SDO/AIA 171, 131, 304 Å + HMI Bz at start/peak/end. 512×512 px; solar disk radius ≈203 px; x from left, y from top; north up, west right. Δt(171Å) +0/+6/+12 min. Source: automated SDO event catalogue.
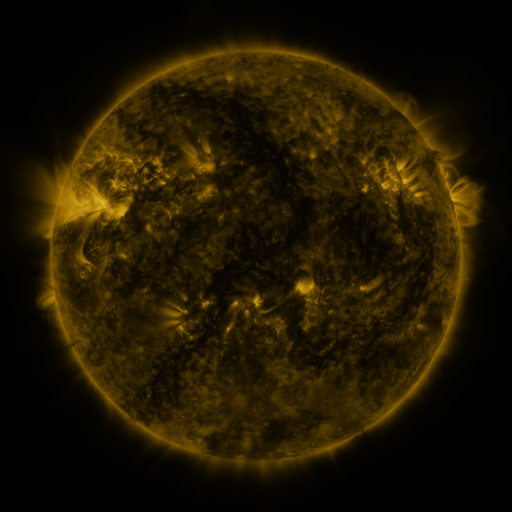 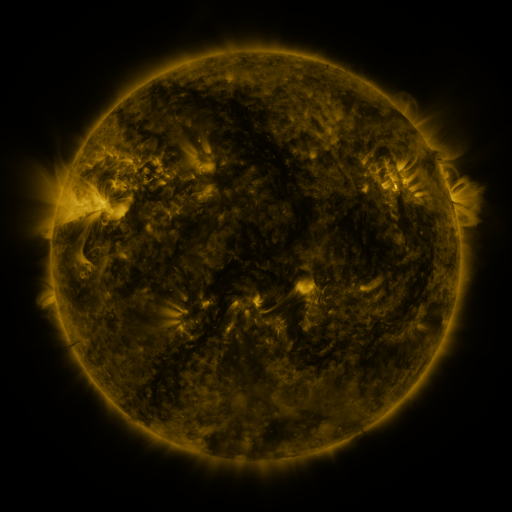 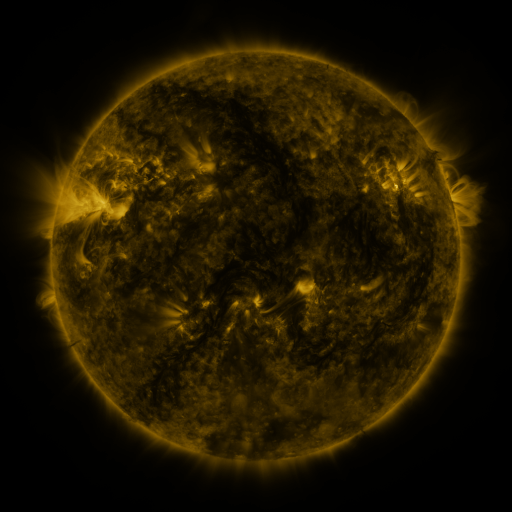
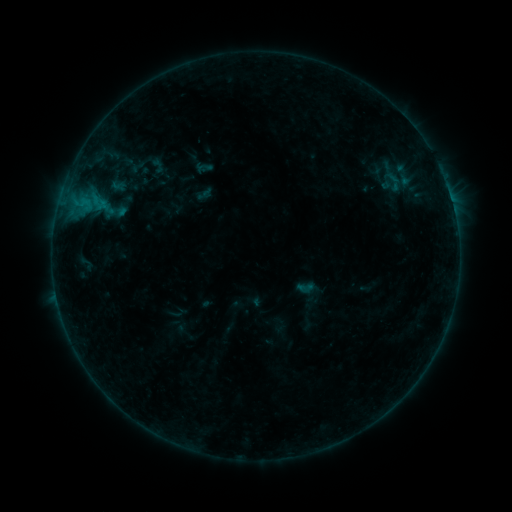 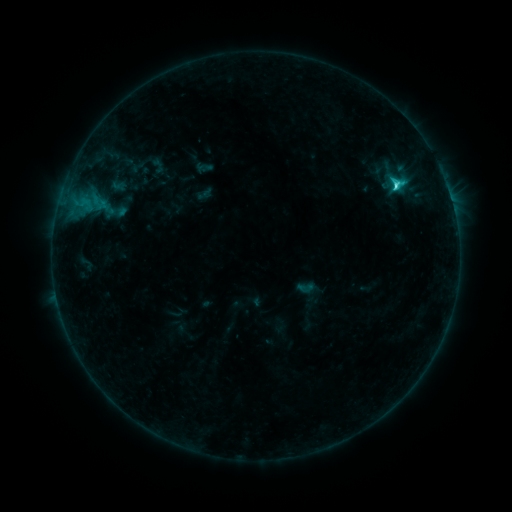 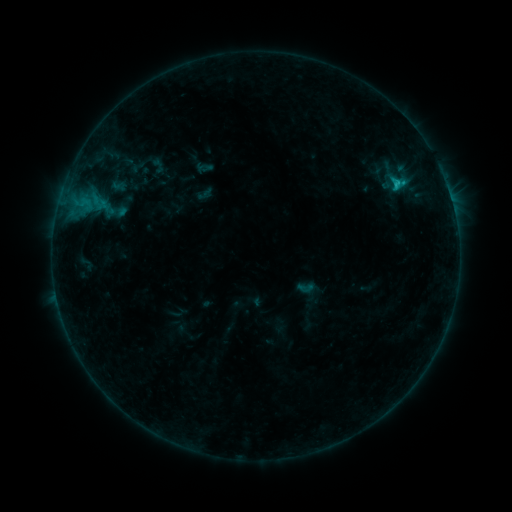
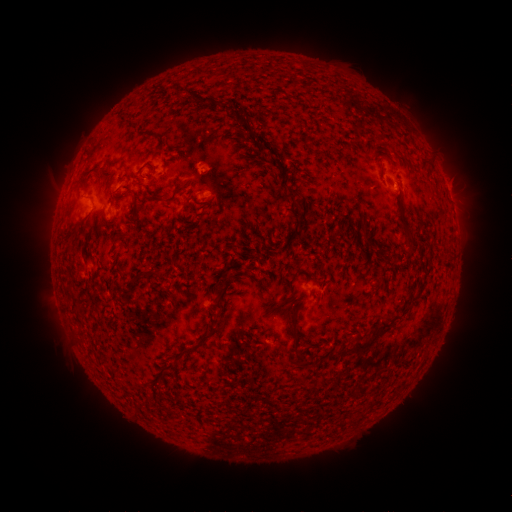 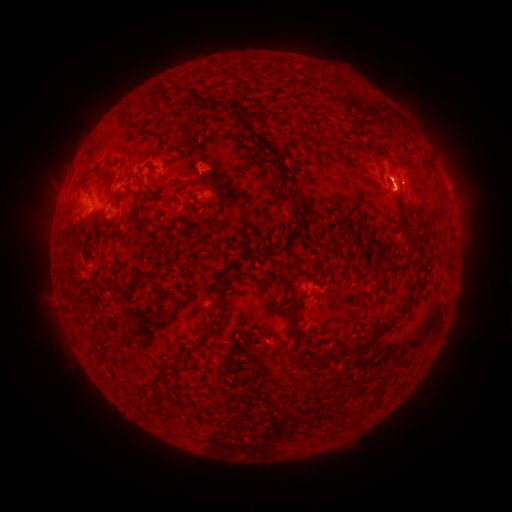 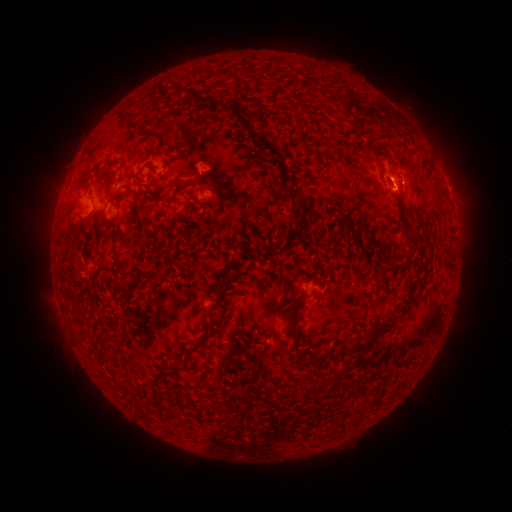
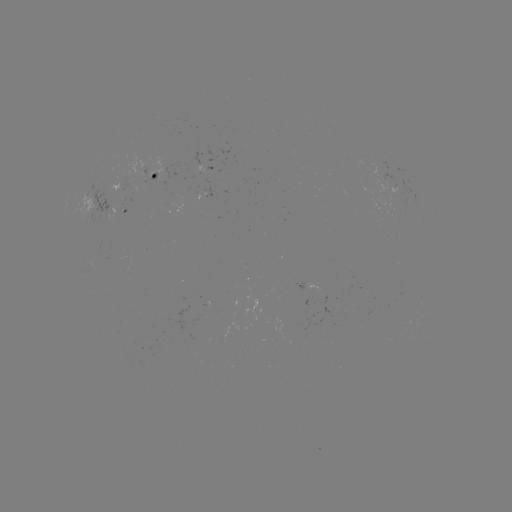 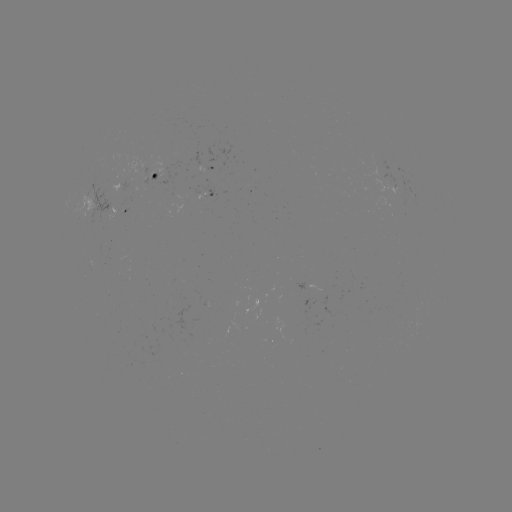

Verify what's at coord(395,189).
C2.3 flare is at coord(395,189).